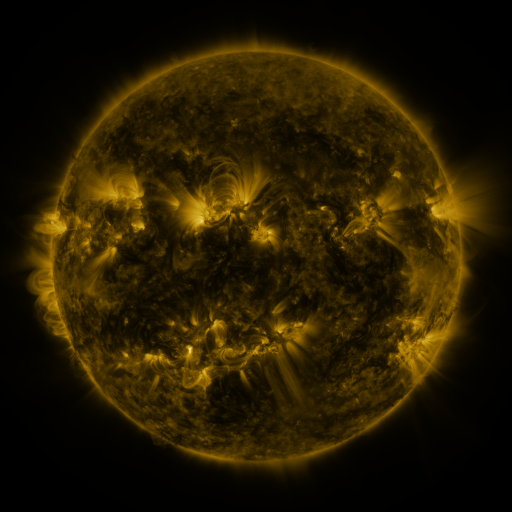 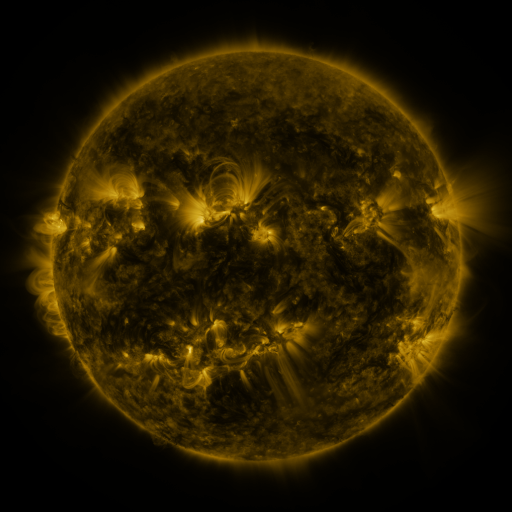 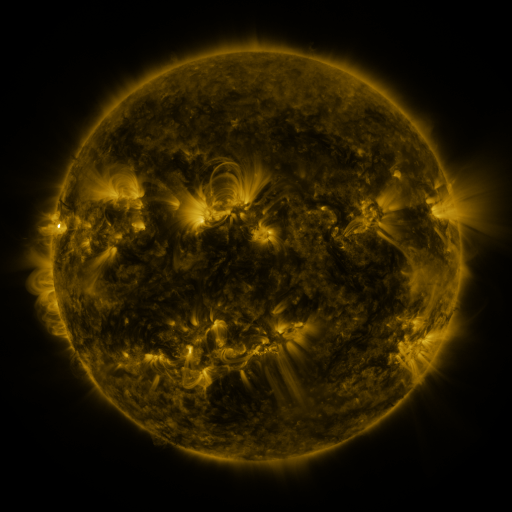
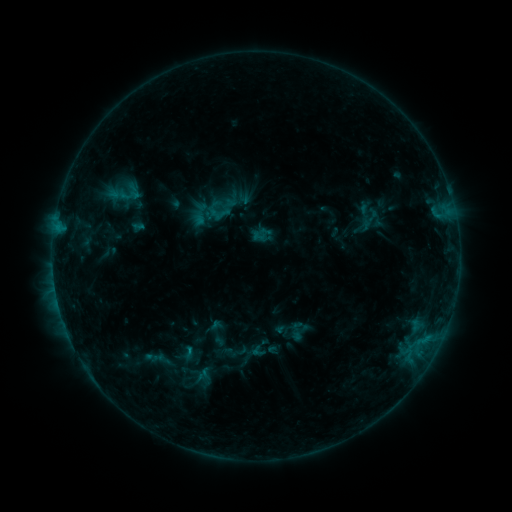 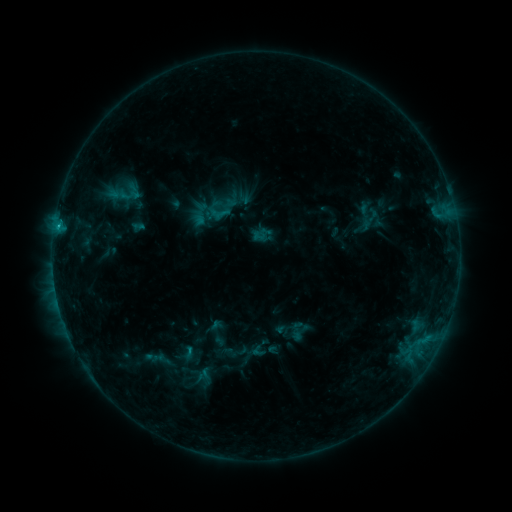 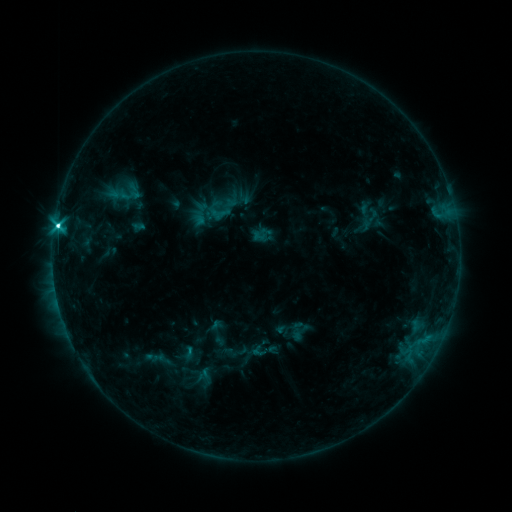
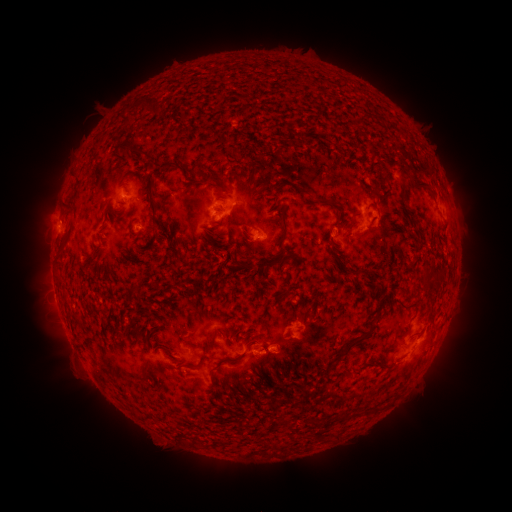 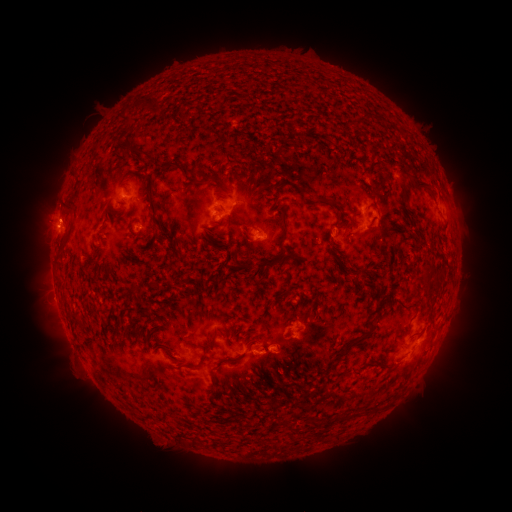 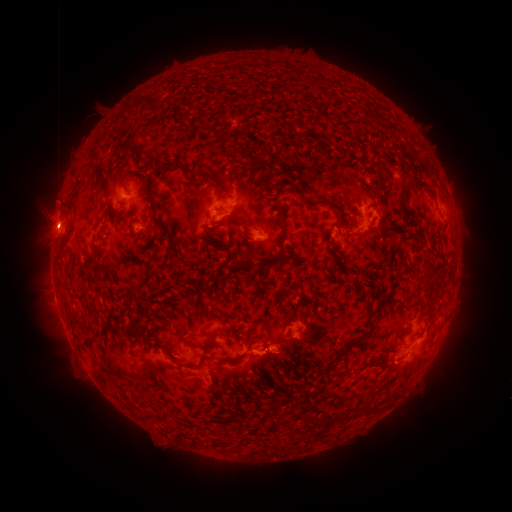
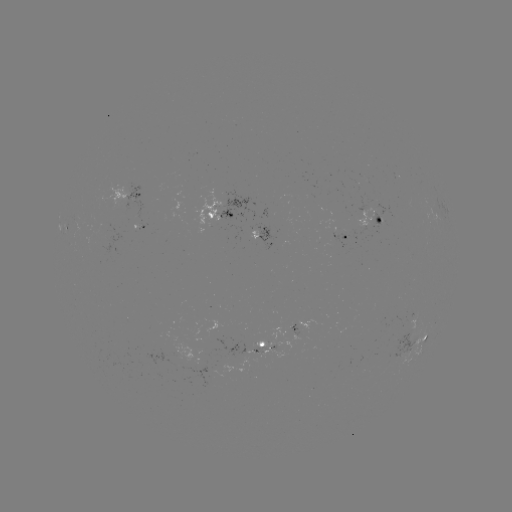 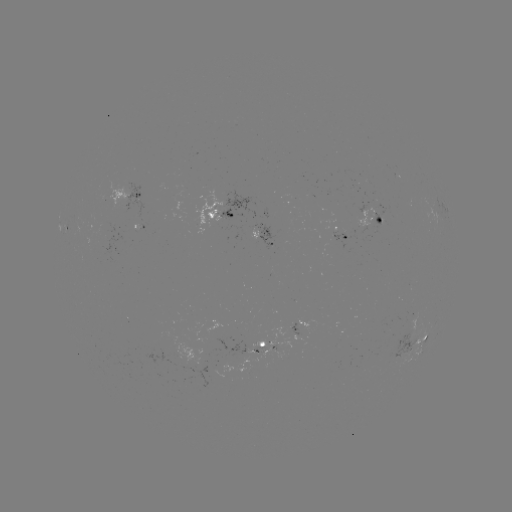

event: flare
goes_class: C8.4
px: (58, 229)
